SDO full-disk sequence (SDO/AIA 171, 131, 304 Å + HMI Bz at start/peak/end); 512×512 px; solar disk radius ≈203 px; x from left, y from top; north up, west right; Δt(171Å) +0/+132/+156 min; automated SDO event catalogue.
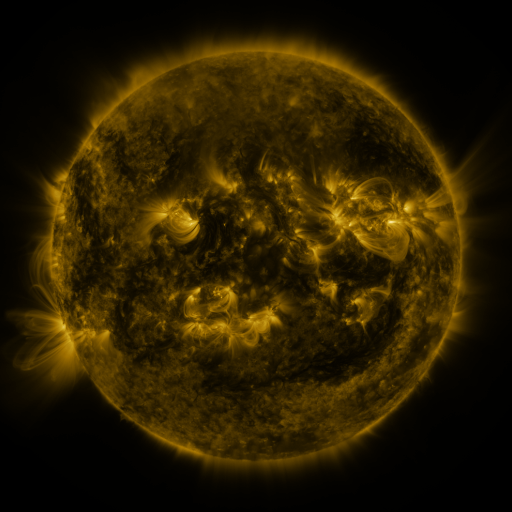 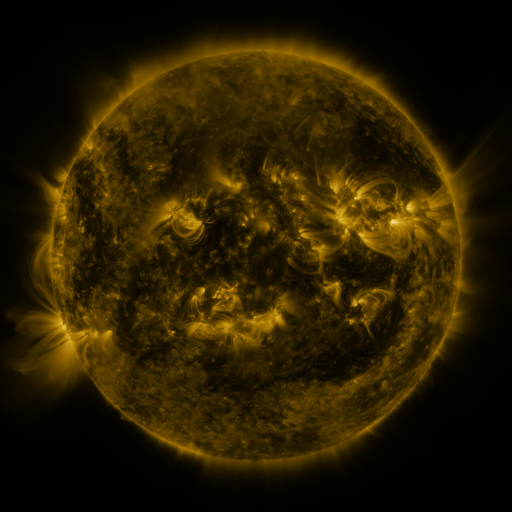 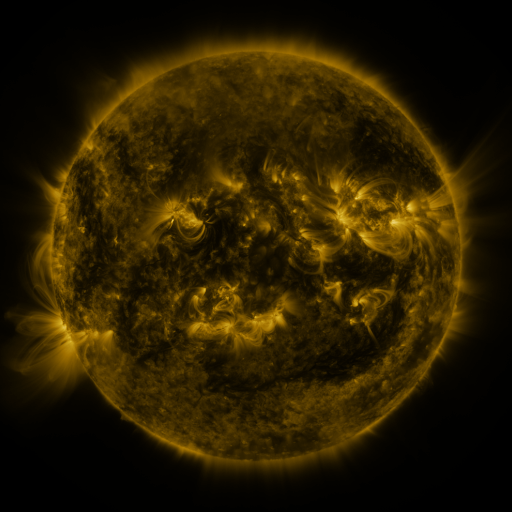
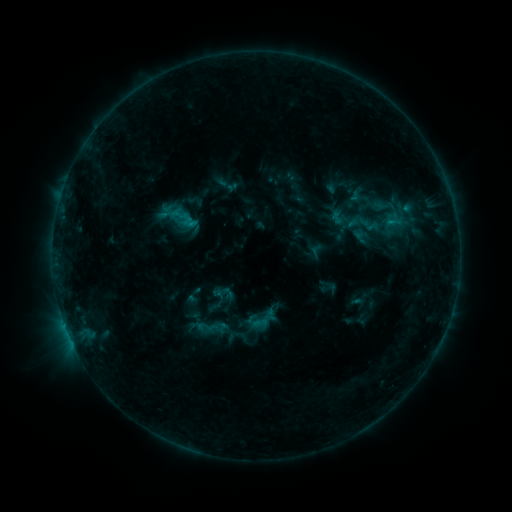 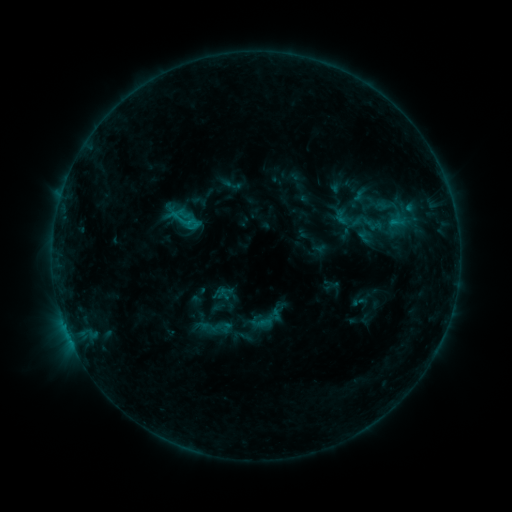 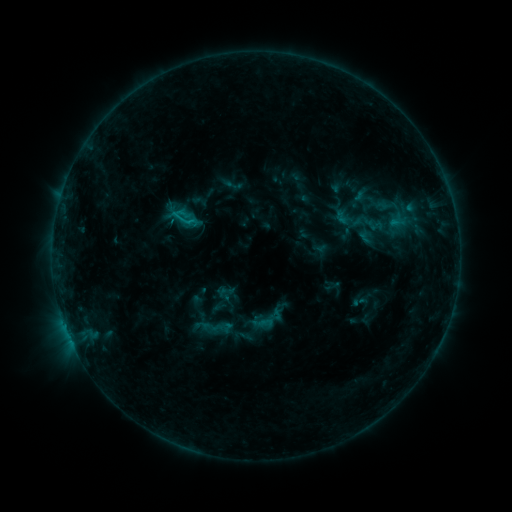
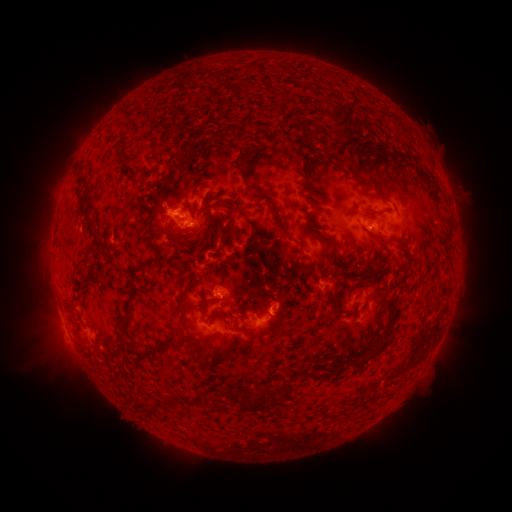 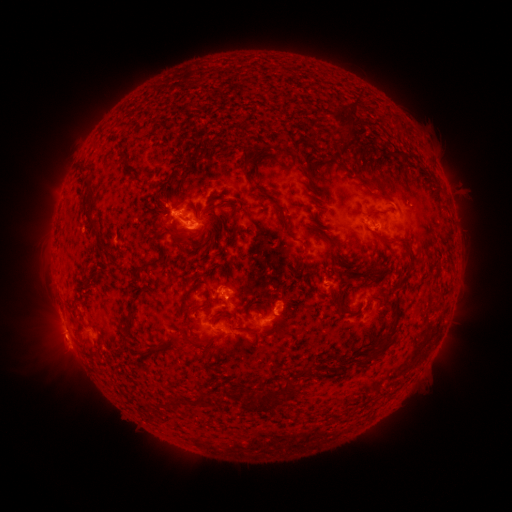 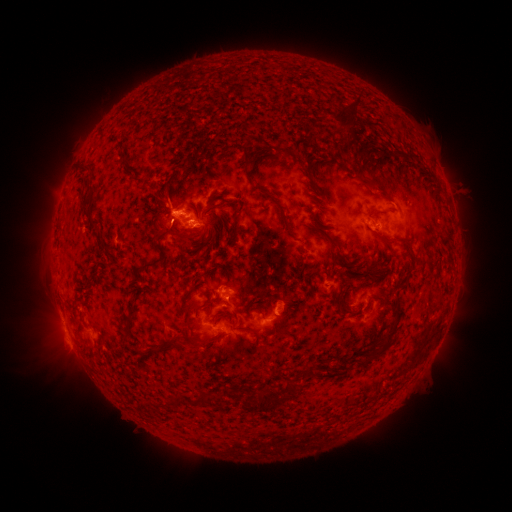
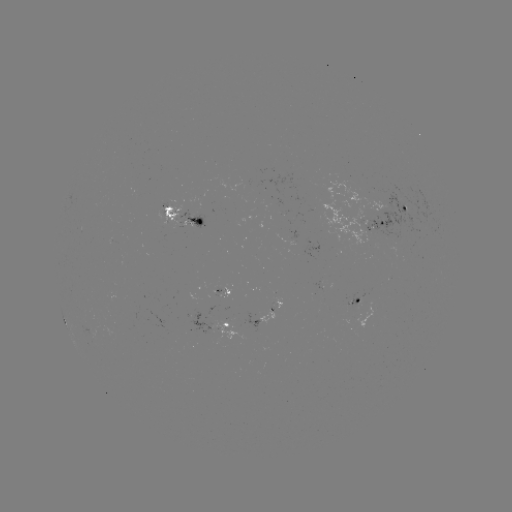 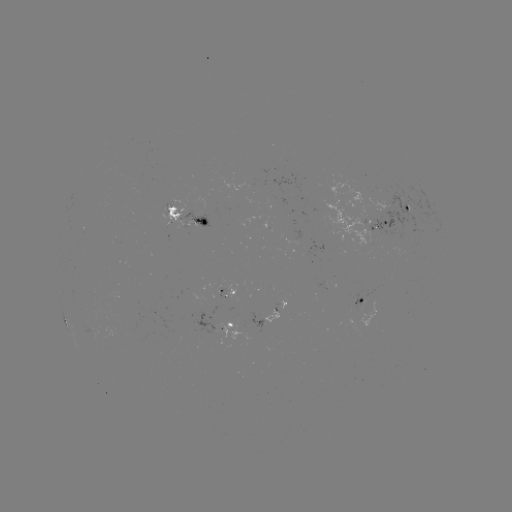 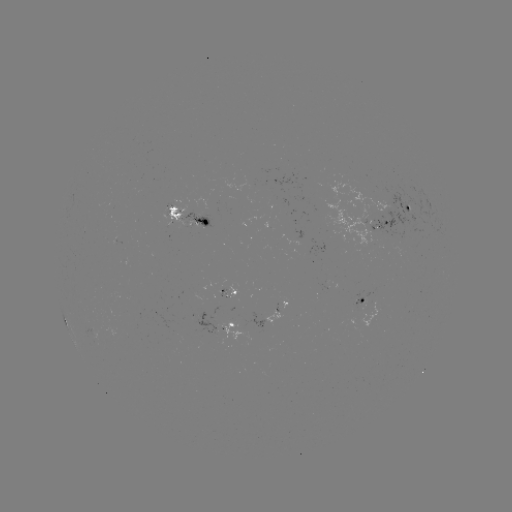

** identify emerging-flux region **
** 177,215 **